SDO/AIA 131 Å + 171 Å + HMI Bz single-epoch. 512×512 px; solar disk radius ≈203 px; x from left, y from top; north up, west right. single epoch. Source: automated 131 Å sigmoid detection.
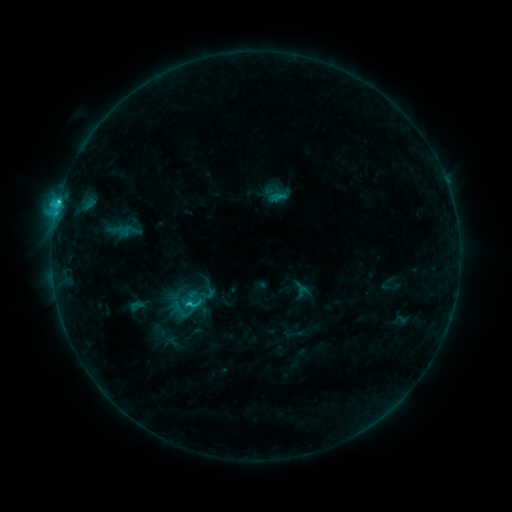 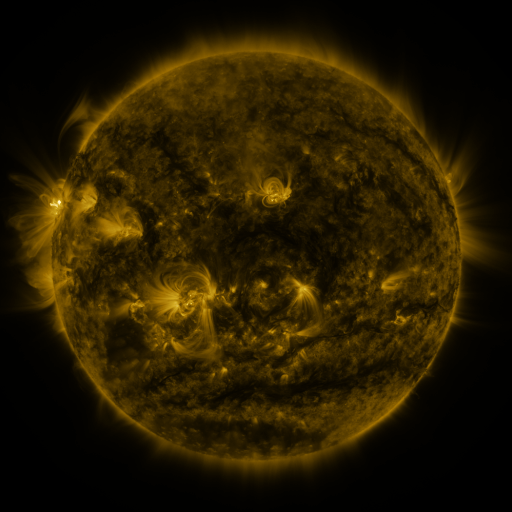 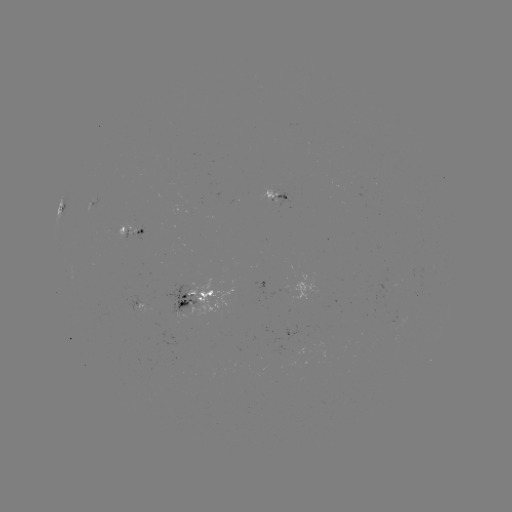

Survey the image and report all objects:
sigmoid: (271, 186, 290, 204)
sigmoid: (181, 294, 205, 314)
